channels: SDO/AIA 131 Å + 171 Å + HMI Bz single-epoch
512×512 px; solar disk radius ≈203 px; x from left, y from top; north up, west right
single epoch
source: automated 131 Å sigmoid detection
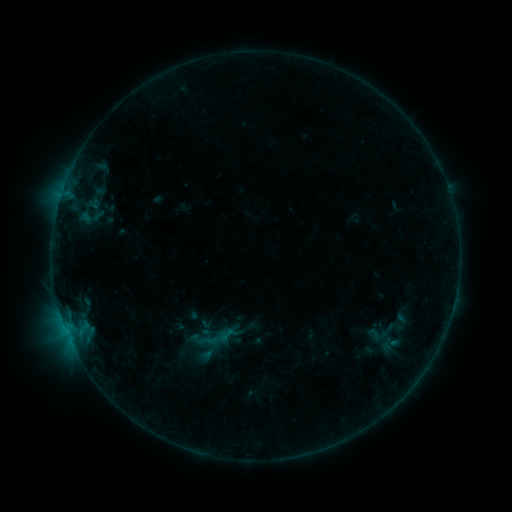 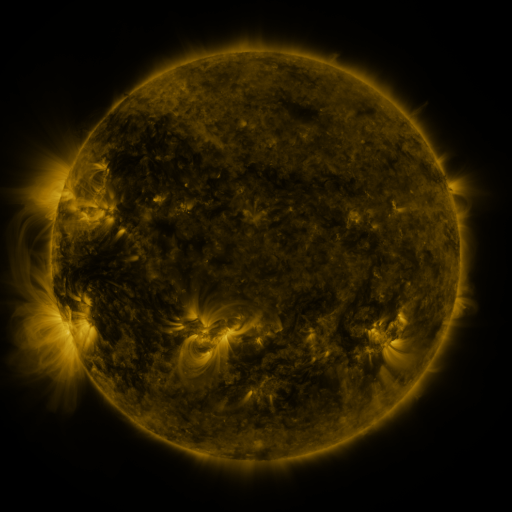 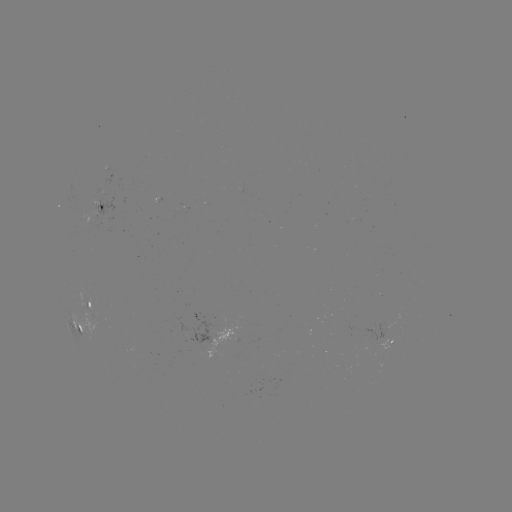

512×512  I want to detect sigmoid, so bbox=[379, 322, 396, 339].